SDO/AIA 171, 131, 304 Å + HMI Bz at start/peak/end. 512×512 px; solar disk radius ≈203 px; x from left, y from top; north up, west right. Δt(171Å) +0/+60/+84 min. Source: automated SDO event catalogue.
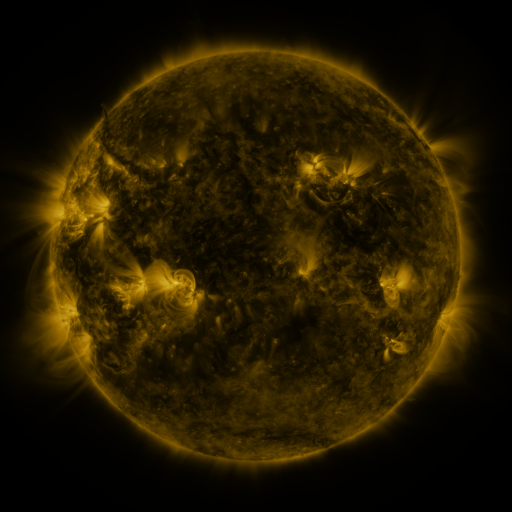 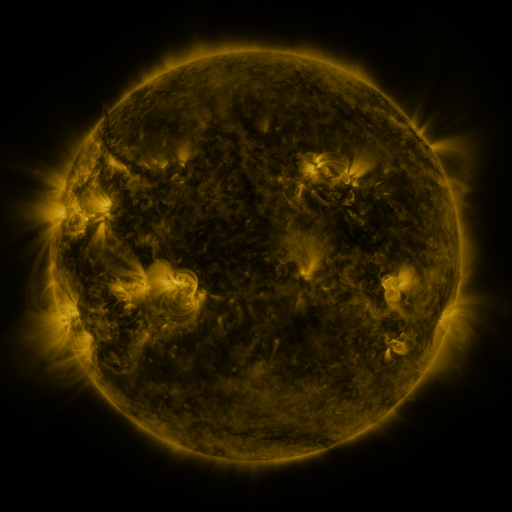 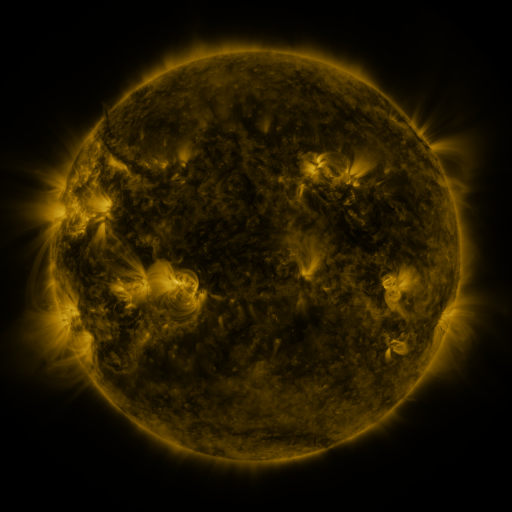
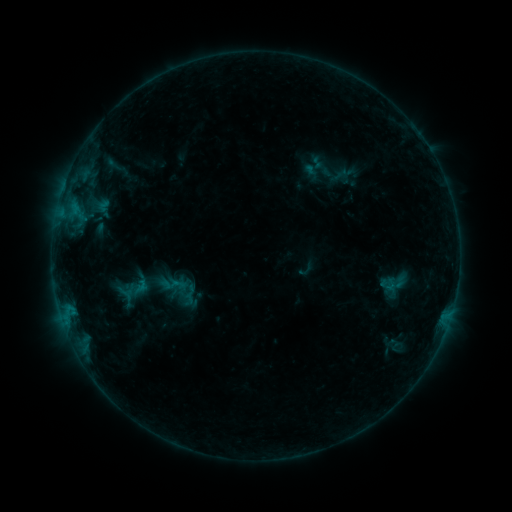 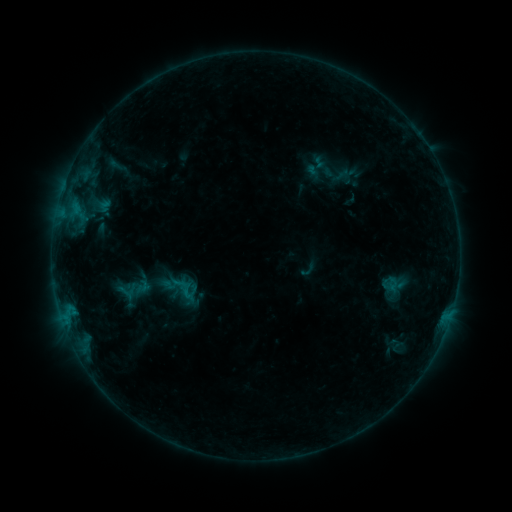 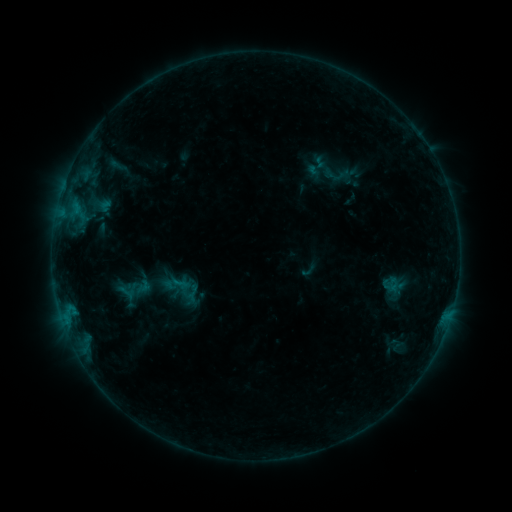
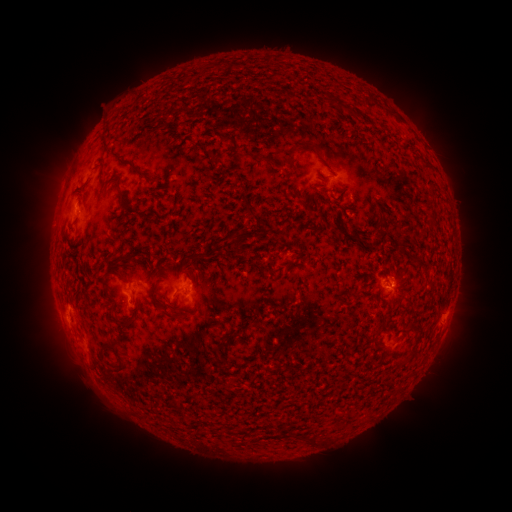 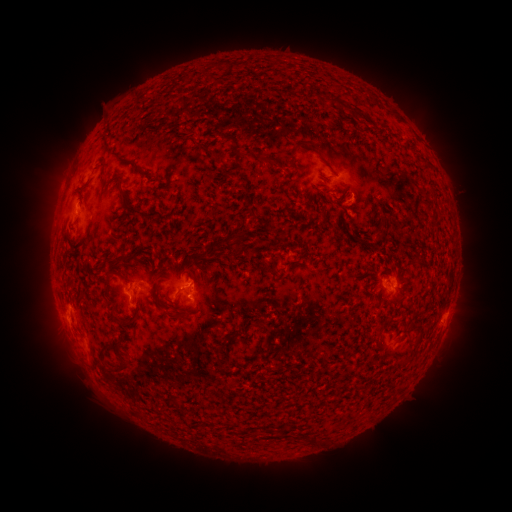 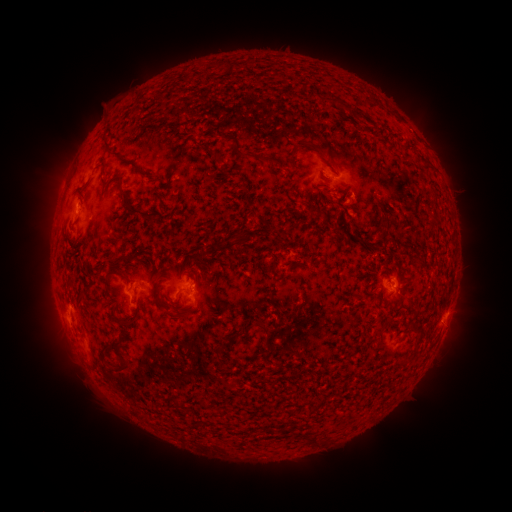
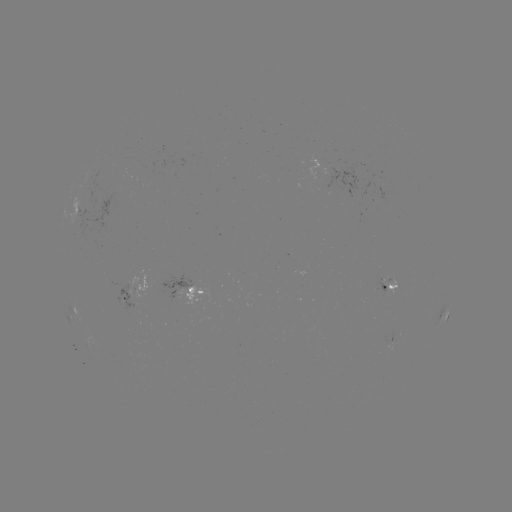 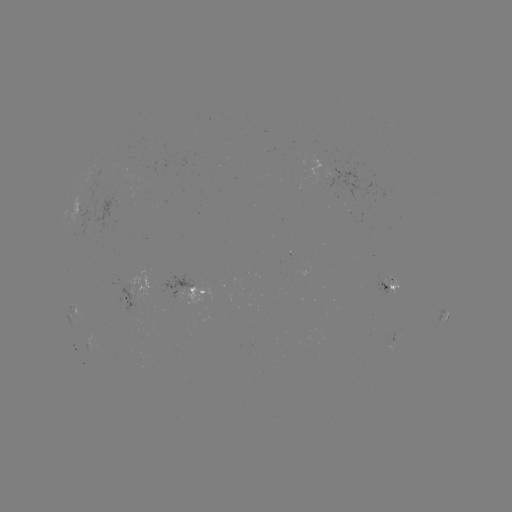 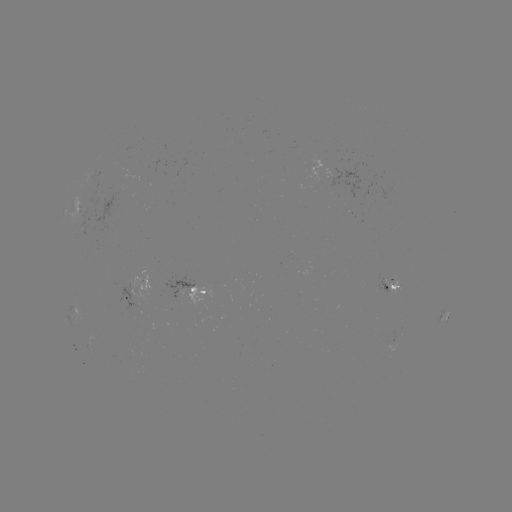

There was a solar emerging-flux region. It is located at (379, 289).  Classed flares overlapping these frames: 1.